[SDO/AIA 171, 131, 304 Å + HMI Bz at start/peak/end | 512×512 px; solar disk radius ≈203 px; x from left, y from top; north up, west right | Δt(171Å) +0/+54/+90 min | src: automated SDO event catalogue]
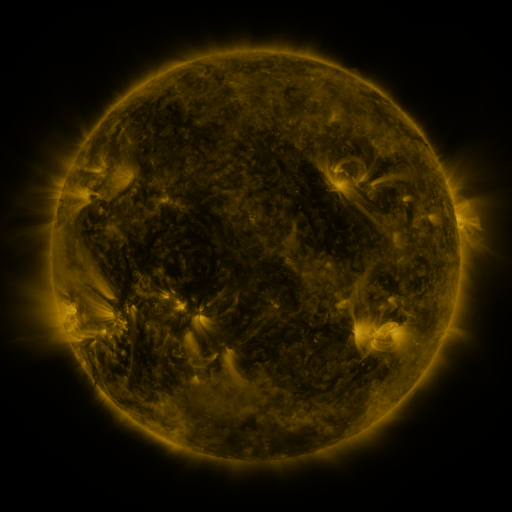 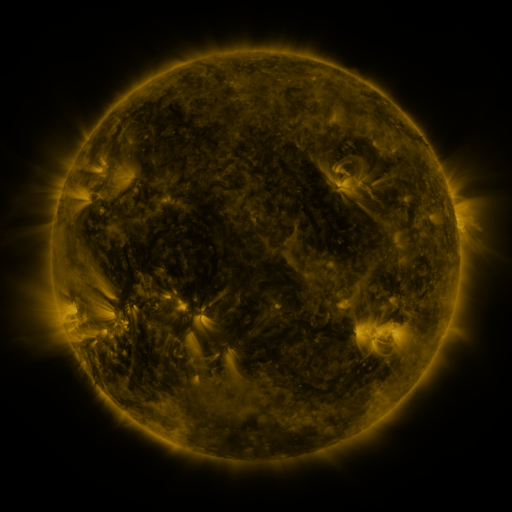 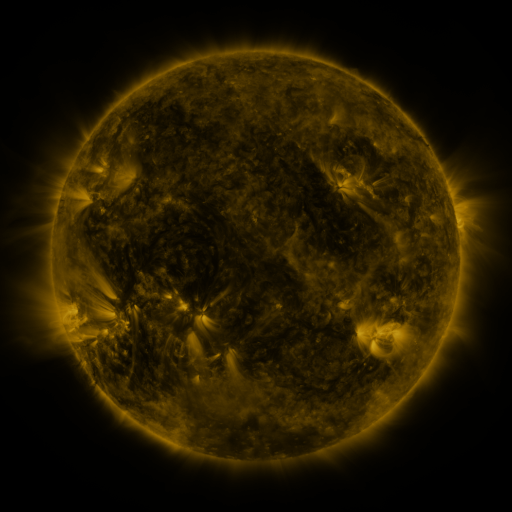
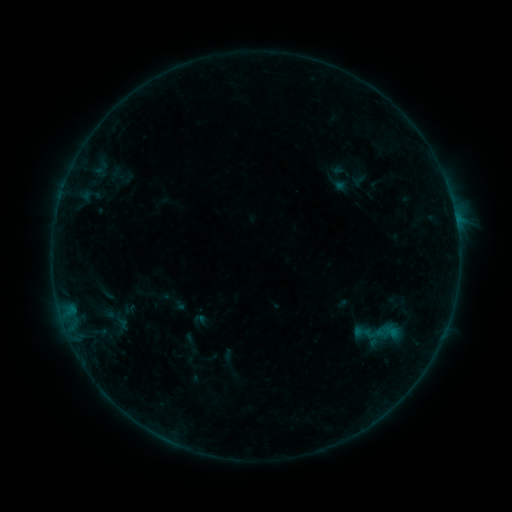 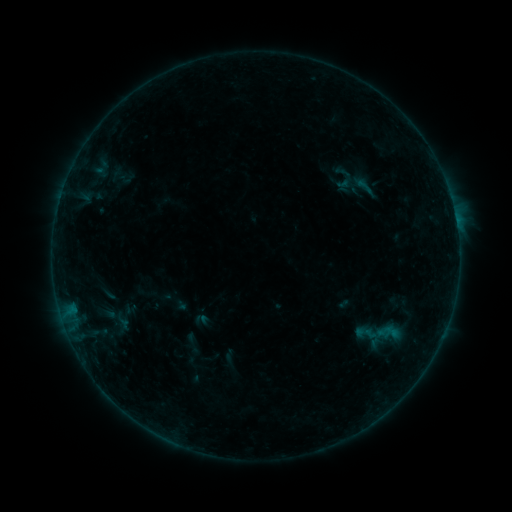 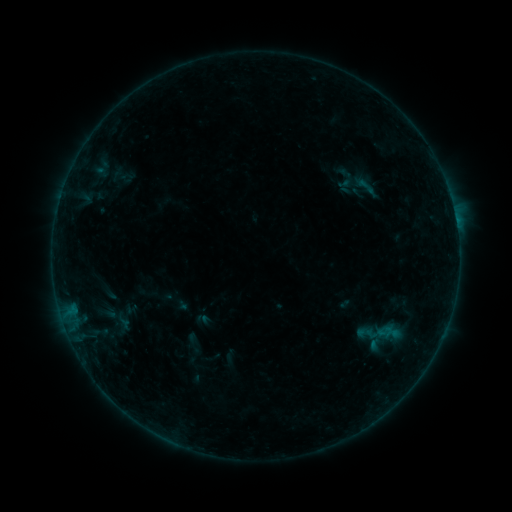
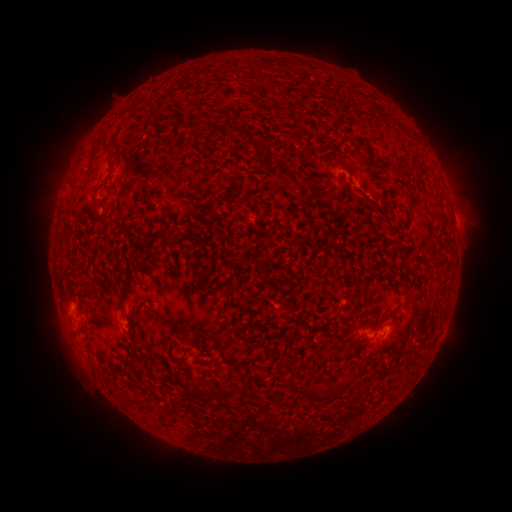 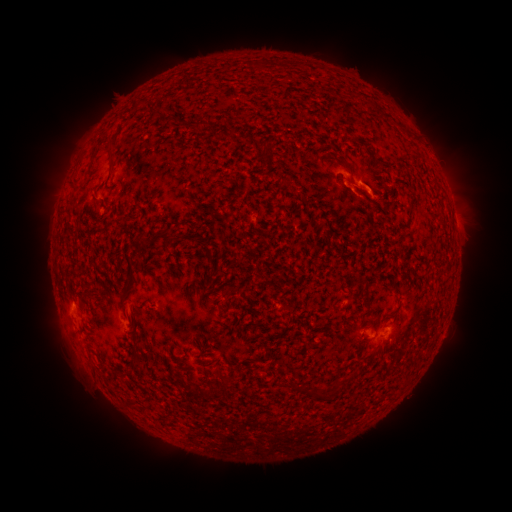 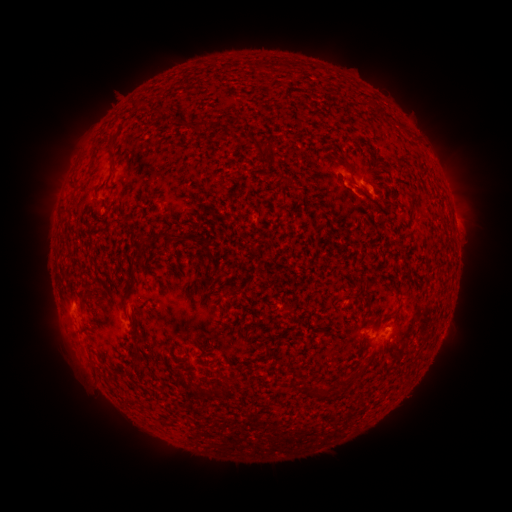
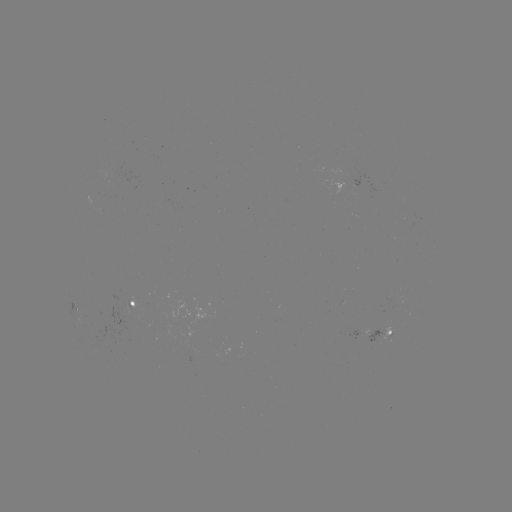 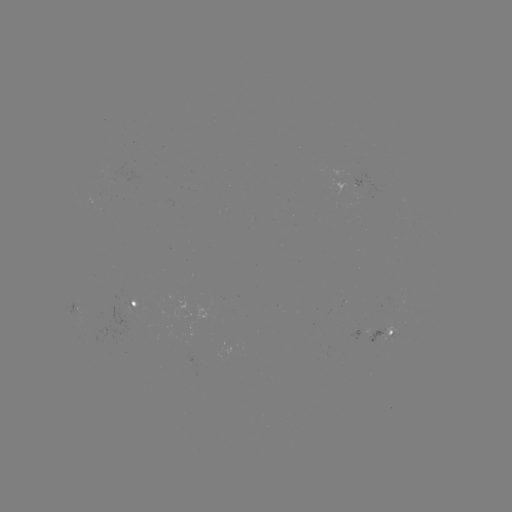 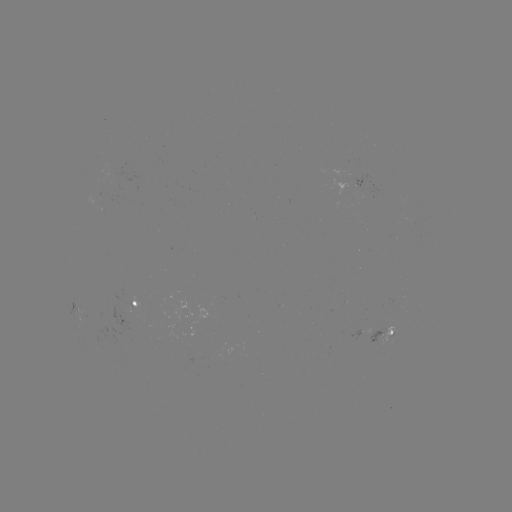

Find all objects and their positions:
B3.0 flare: (361, 186)
